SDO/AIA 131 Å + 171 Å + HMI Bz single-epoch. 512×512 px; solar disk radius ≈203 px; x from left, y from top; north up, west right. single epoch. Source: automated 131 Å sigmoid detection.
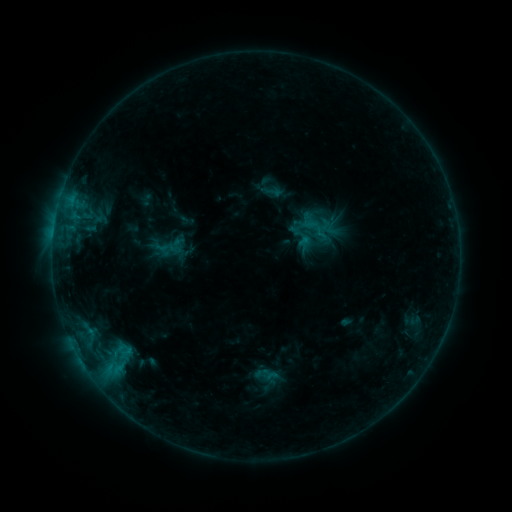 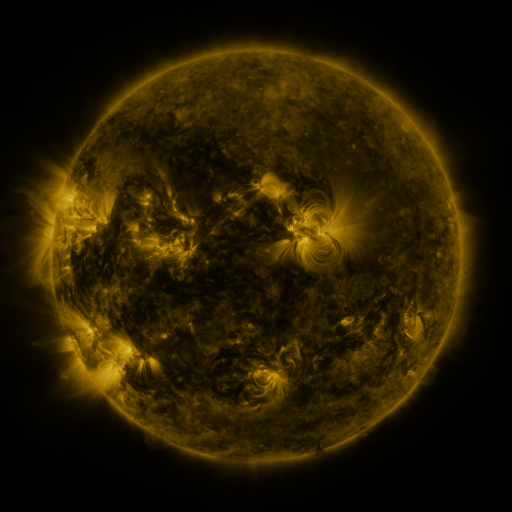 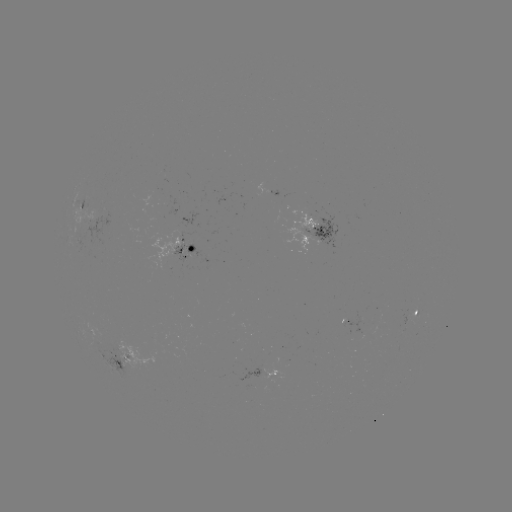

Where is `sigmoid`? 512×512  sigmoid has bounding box [301, 228, 326, 251].